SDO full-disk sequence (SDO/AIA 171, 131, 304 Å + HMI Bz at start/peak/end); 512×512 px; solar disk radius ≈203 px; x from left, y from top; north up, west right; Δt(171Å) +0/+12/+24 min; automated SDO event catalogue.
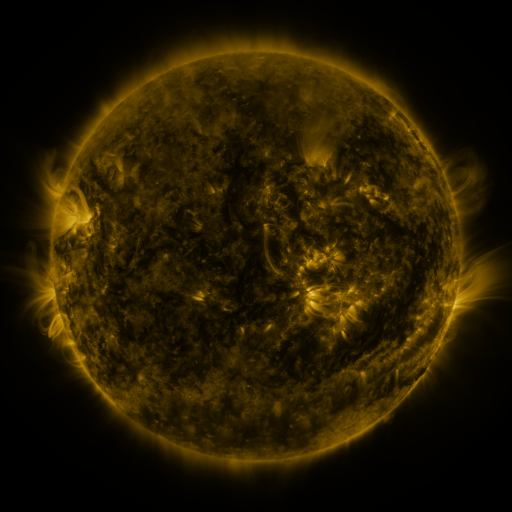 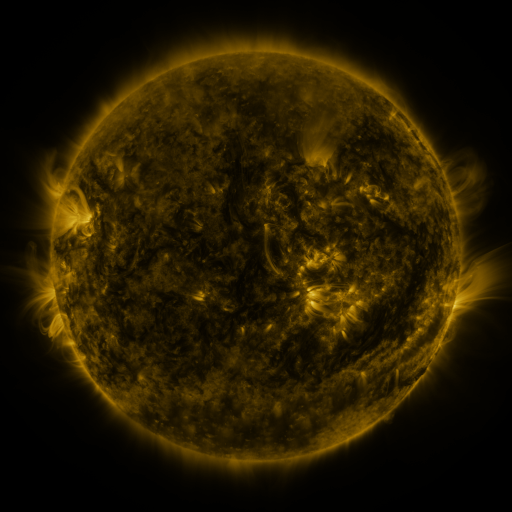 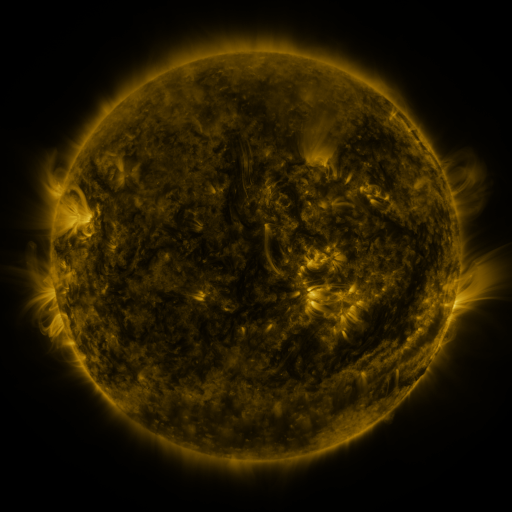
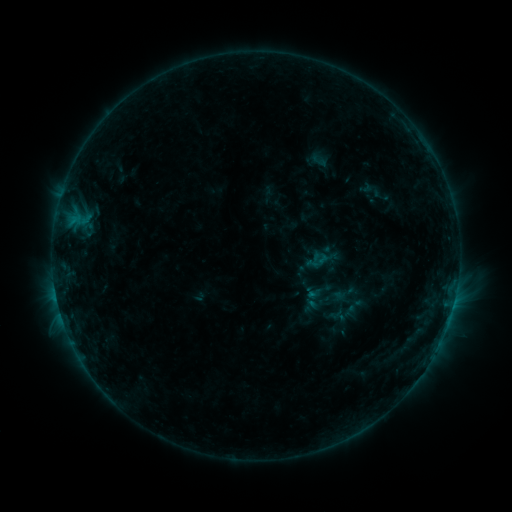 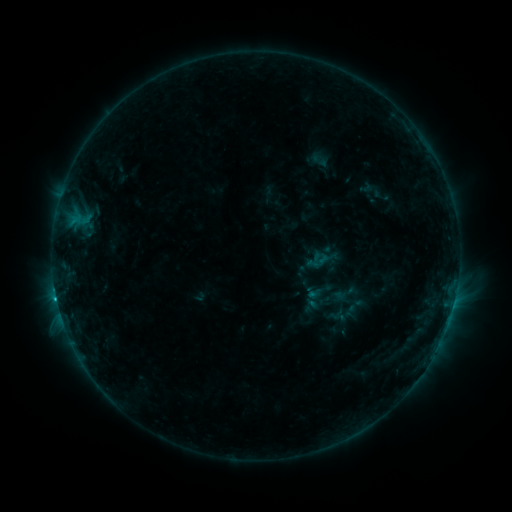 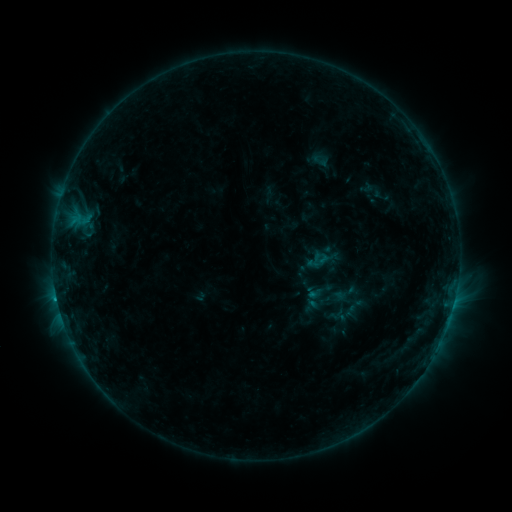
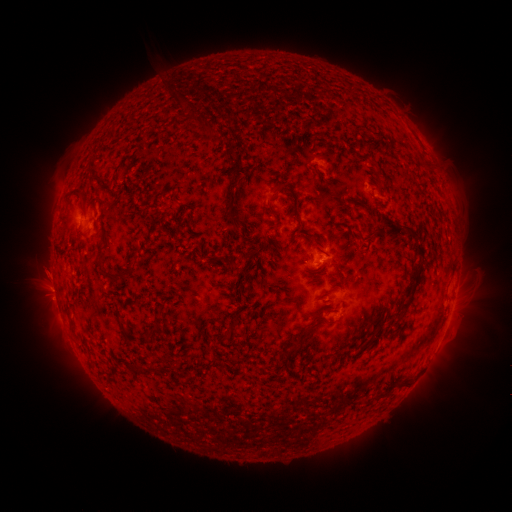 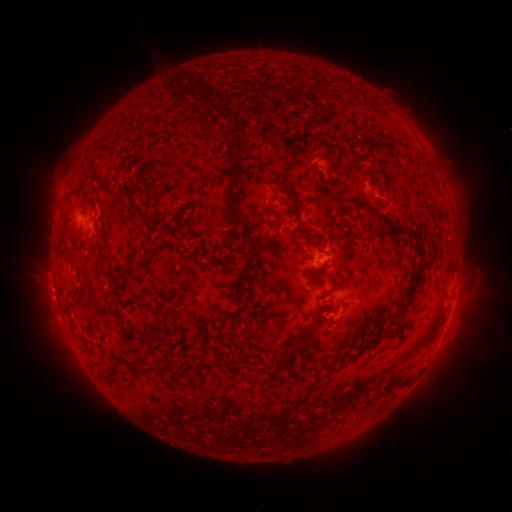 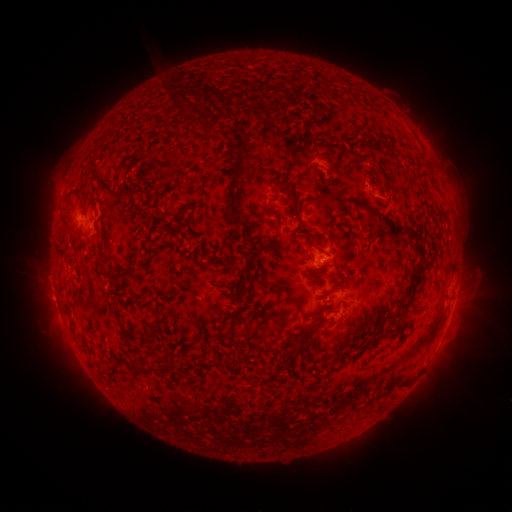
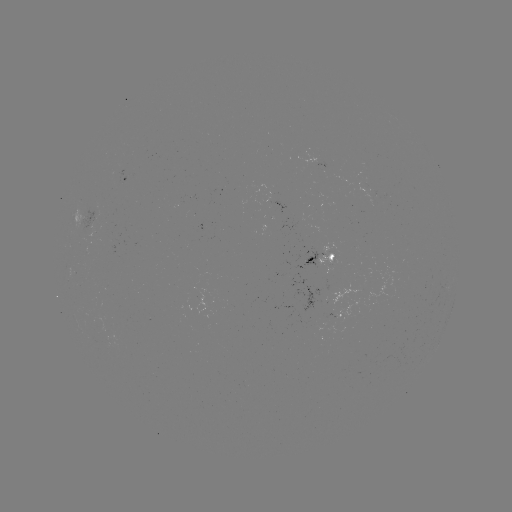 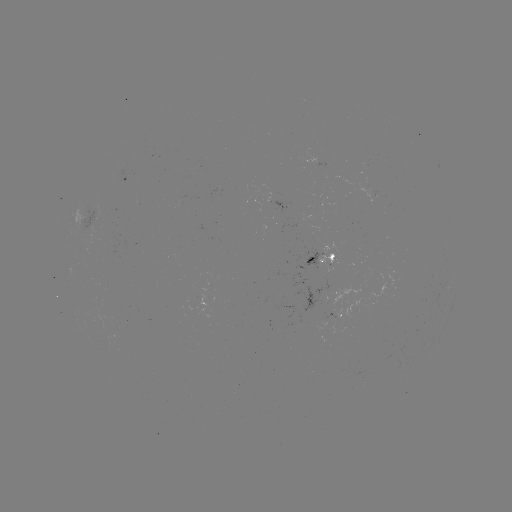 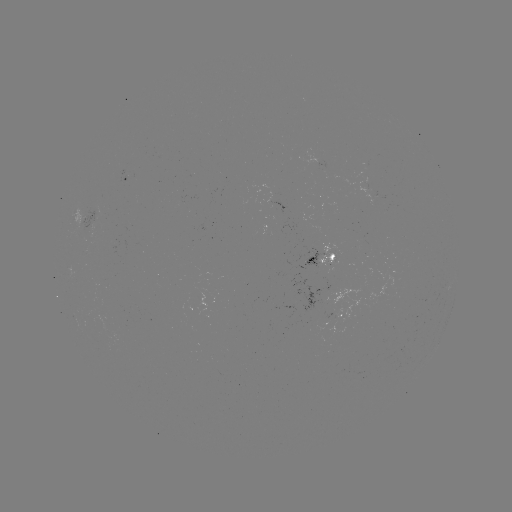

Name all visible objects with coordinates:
C1.0 flare: (57, 297)
